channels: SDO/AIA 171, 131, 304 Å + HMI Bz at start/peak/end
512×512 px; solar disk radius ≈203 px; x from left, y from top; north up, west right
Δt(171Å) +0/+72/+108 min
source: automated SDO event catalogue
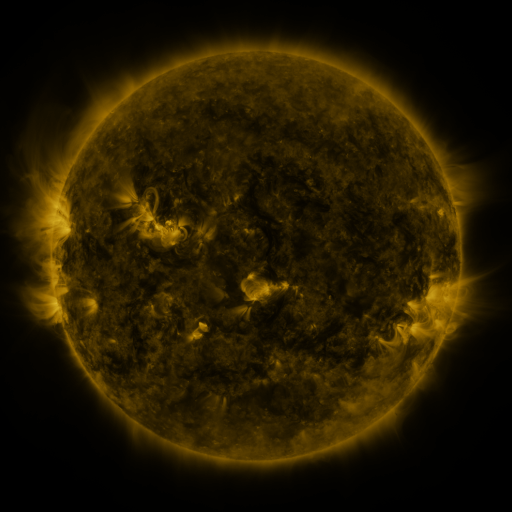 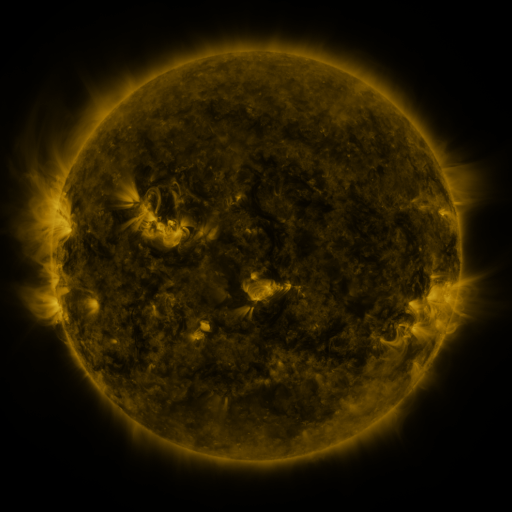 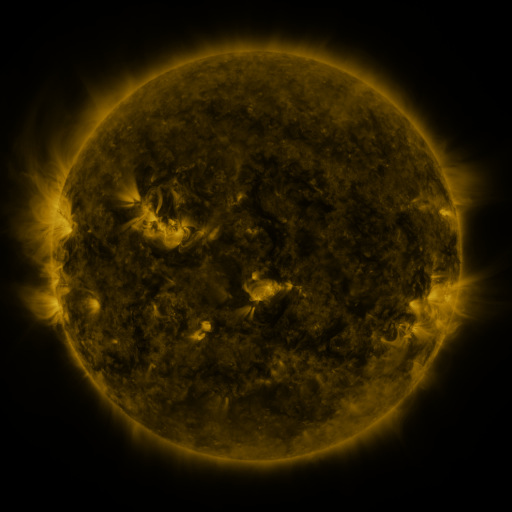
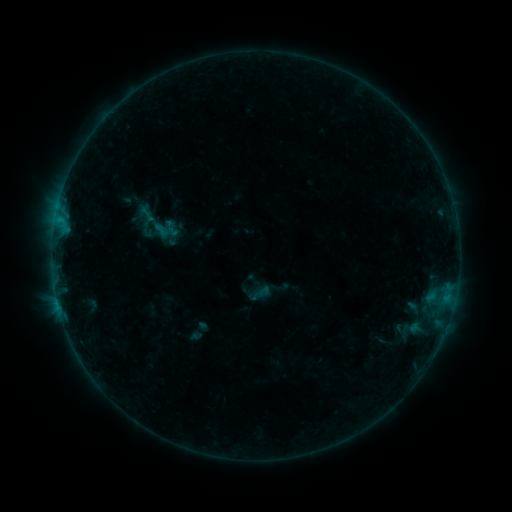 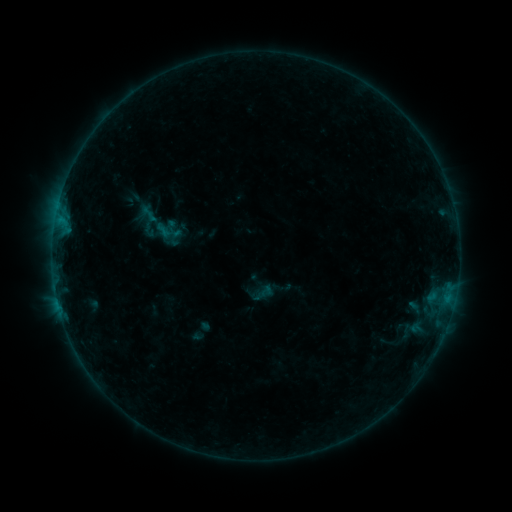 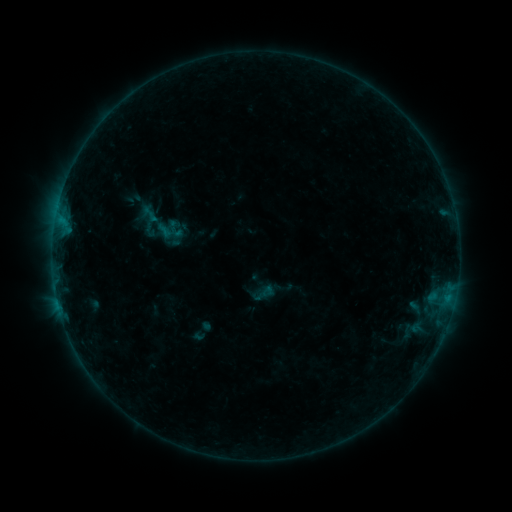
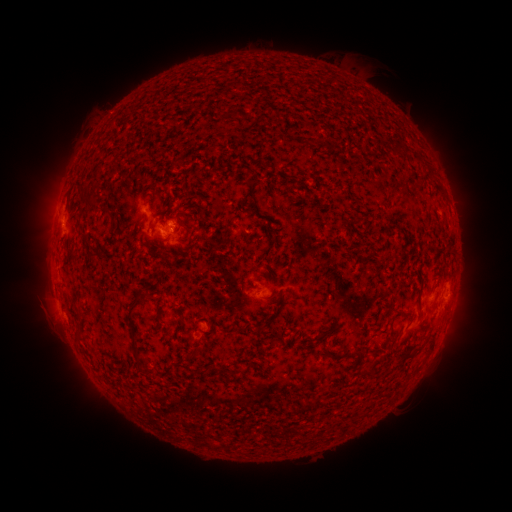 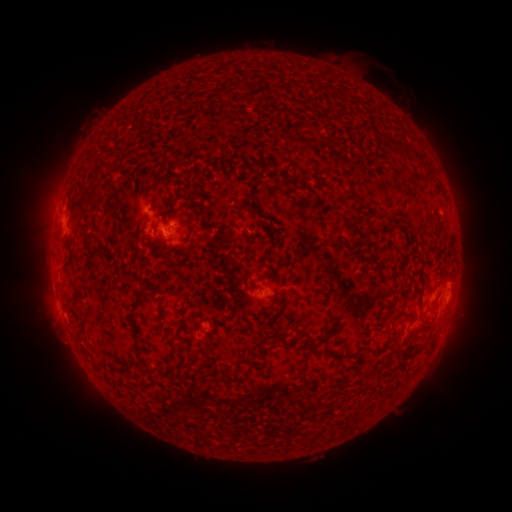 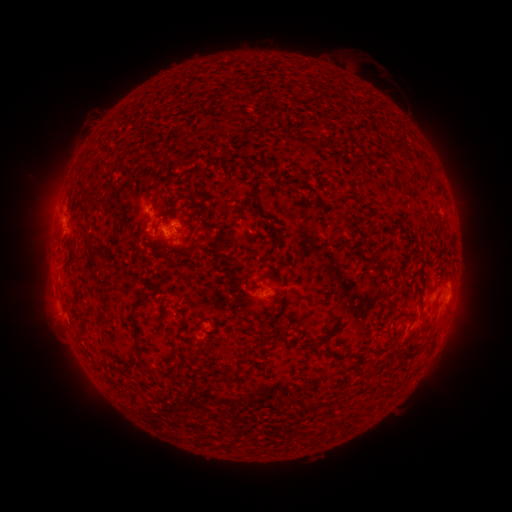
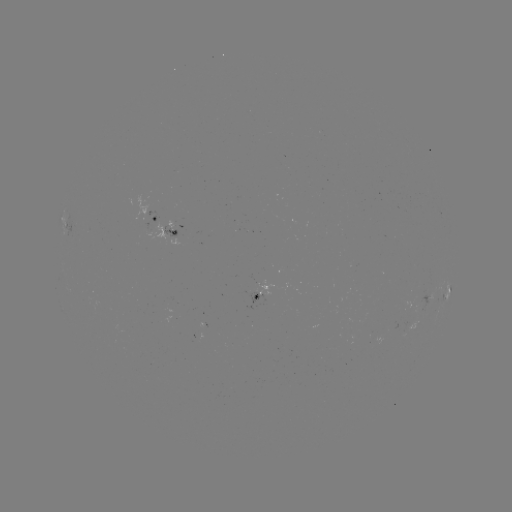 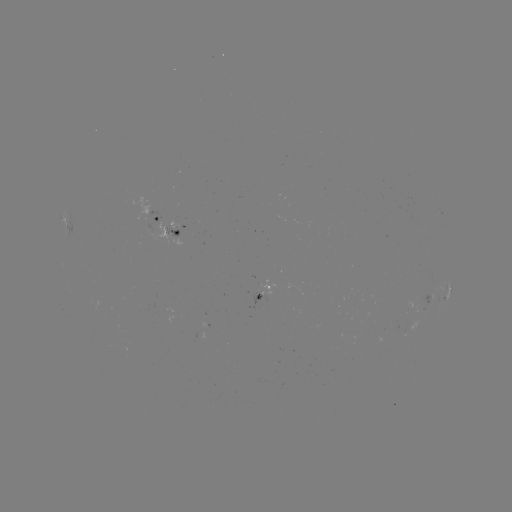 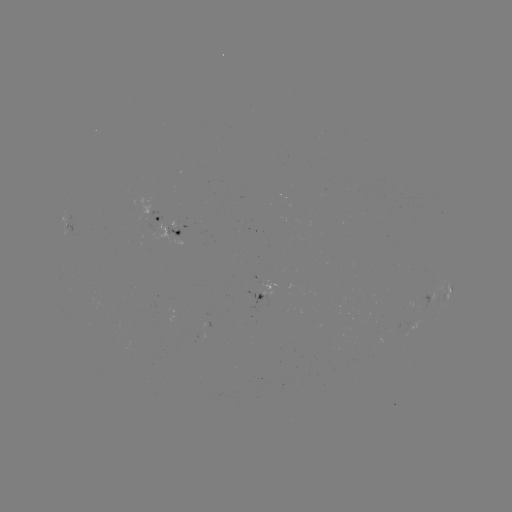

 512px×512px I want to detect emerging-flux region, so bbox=[150, 211, 173, 229].